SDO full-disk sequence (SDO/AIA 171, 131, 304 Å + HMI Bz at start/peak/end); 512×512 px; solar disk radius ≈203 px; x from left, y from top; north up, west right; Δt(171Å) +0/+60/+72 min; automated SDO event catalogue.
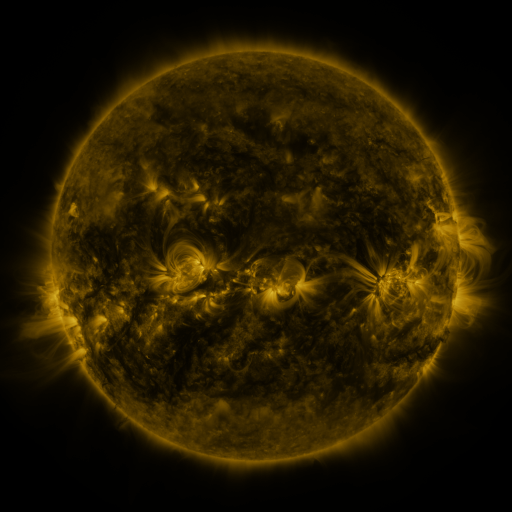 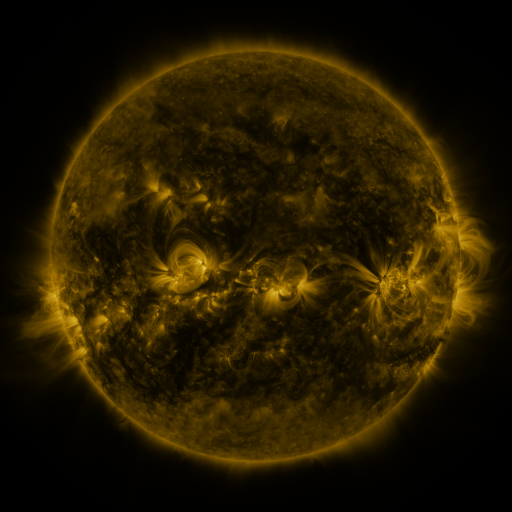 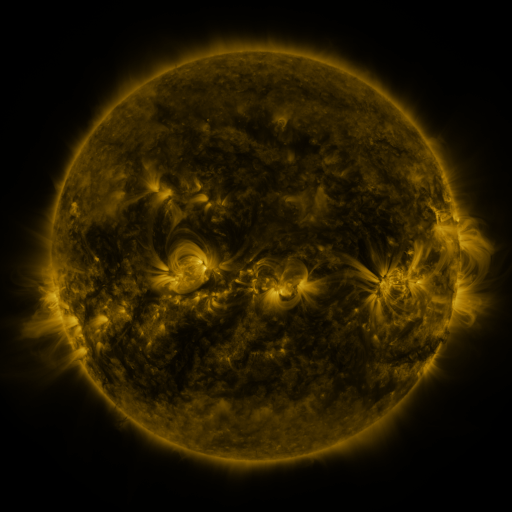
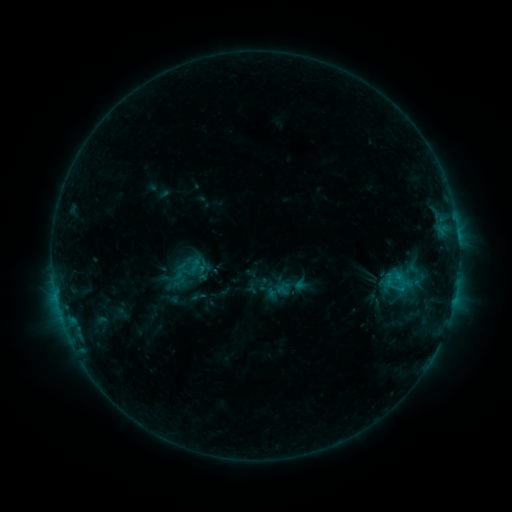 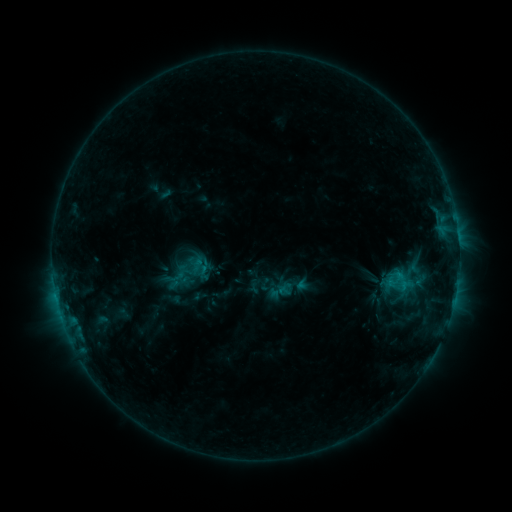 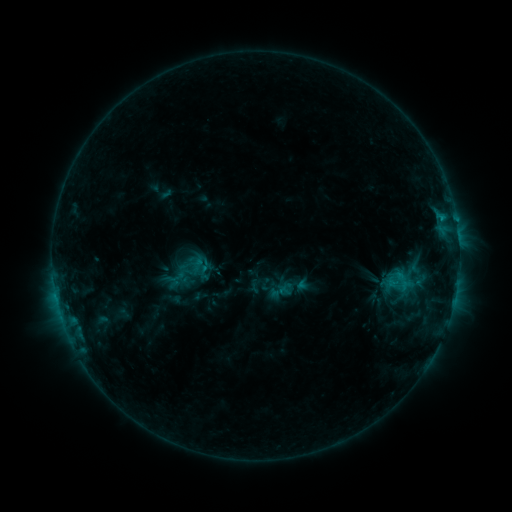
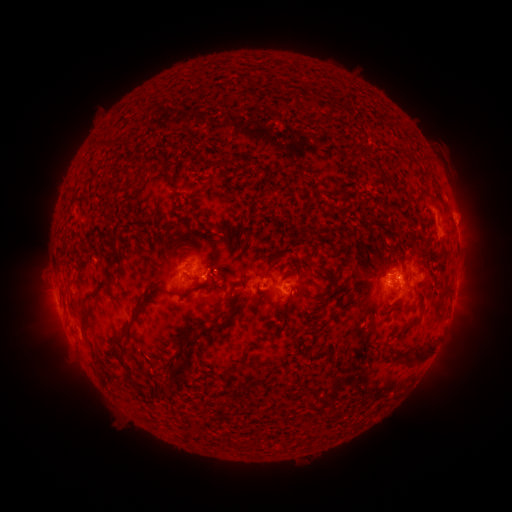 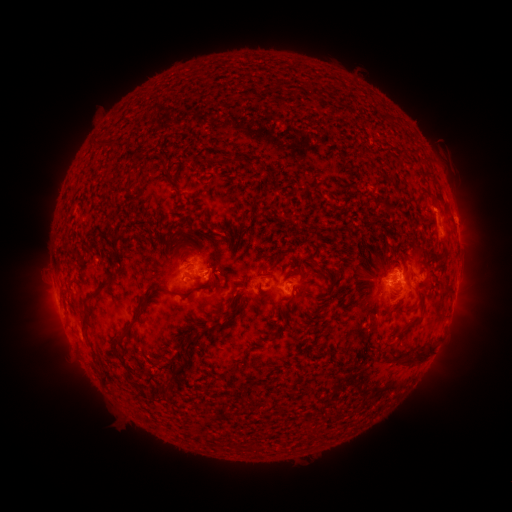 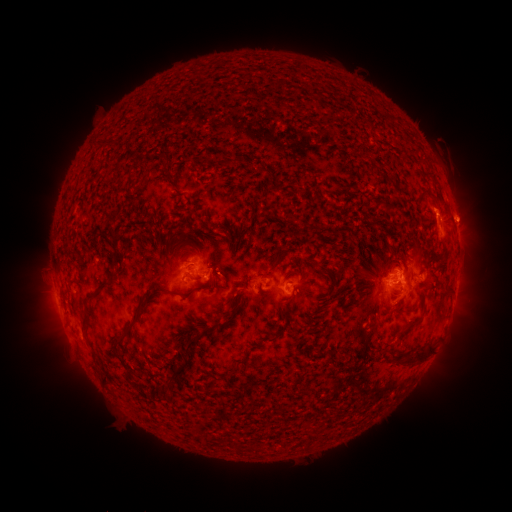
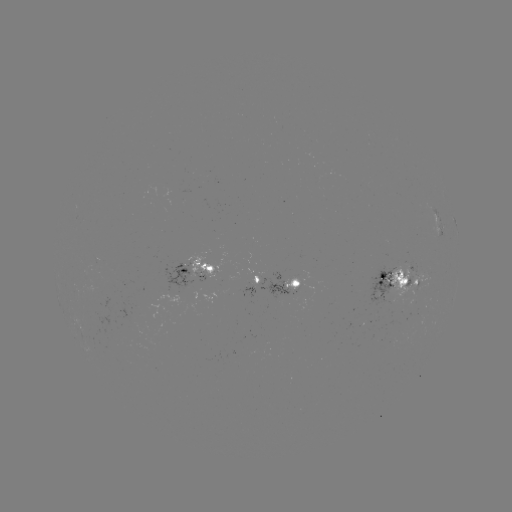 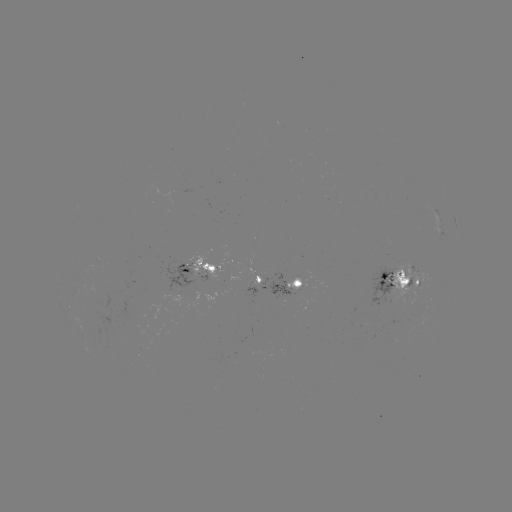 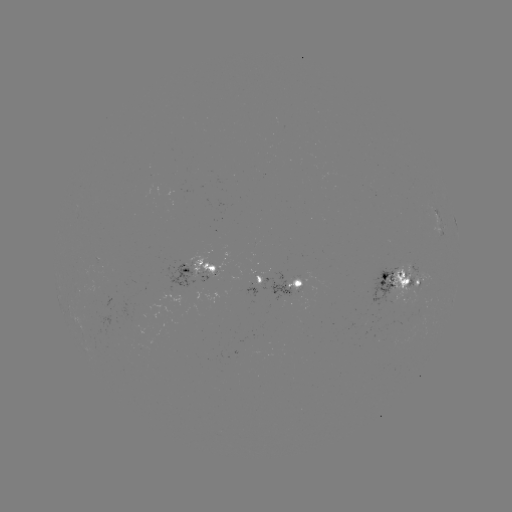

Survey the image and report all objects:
emerging-flux region: (286, 292)
